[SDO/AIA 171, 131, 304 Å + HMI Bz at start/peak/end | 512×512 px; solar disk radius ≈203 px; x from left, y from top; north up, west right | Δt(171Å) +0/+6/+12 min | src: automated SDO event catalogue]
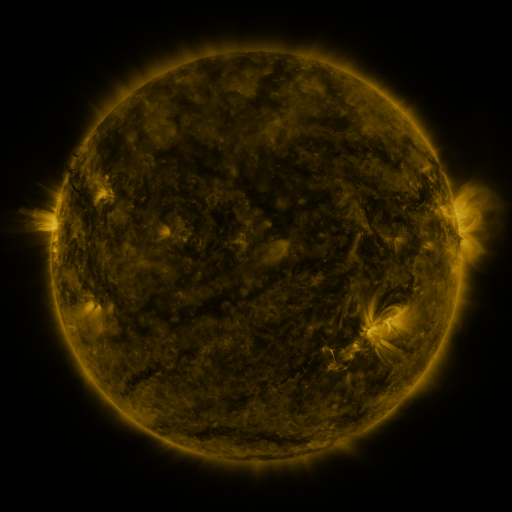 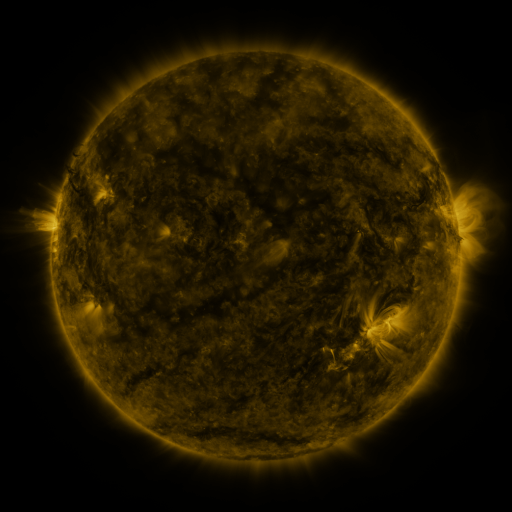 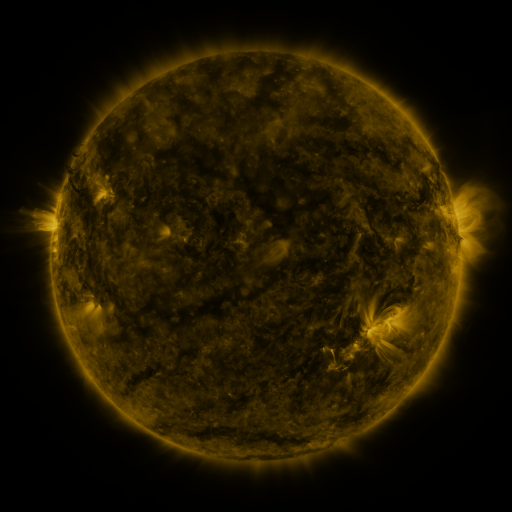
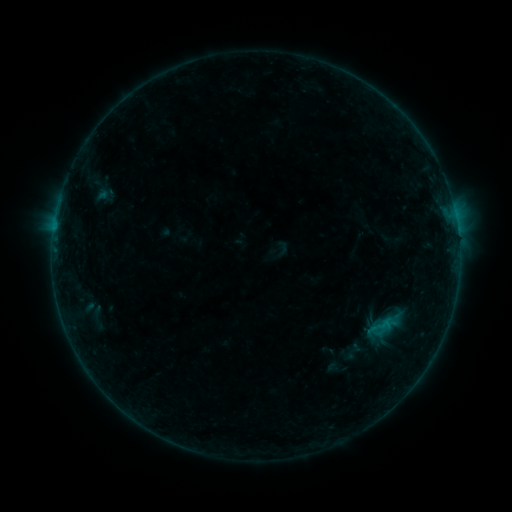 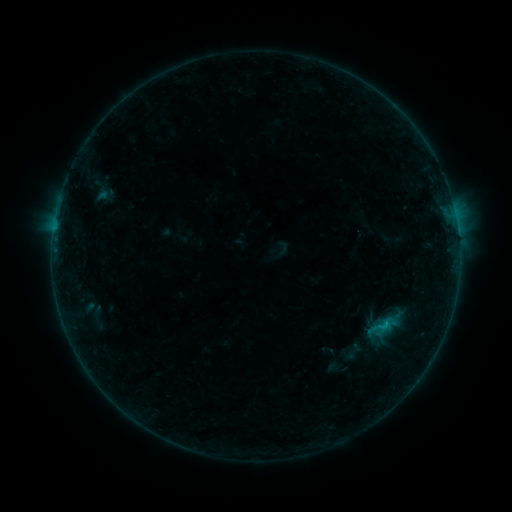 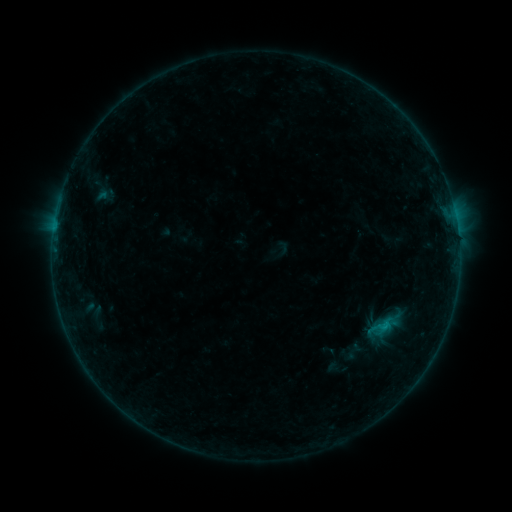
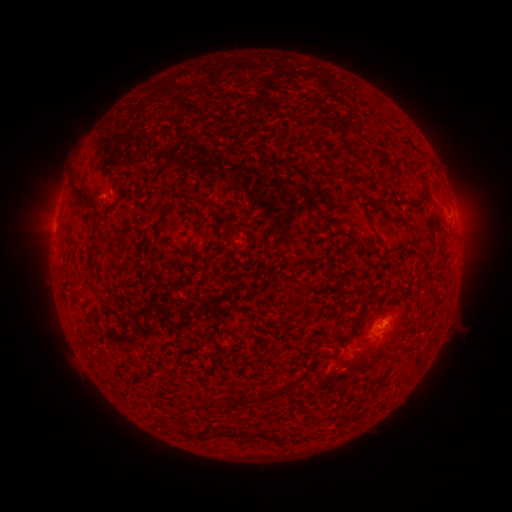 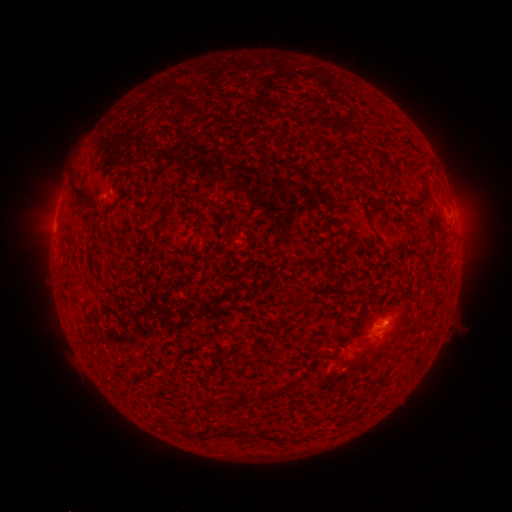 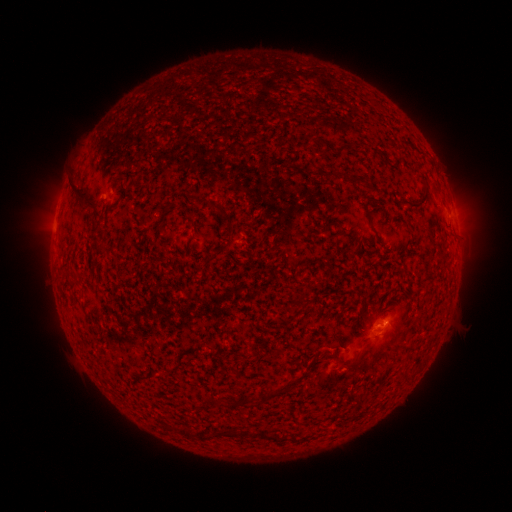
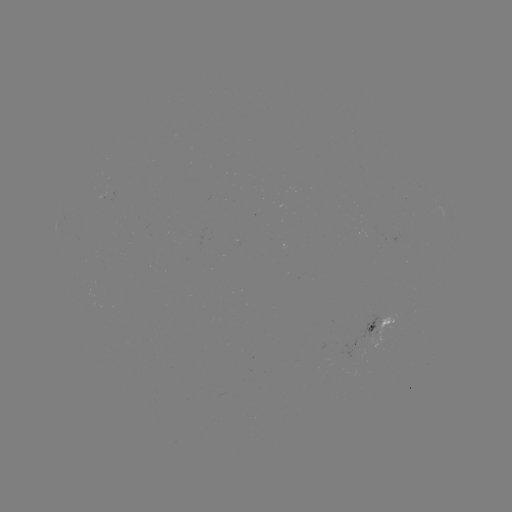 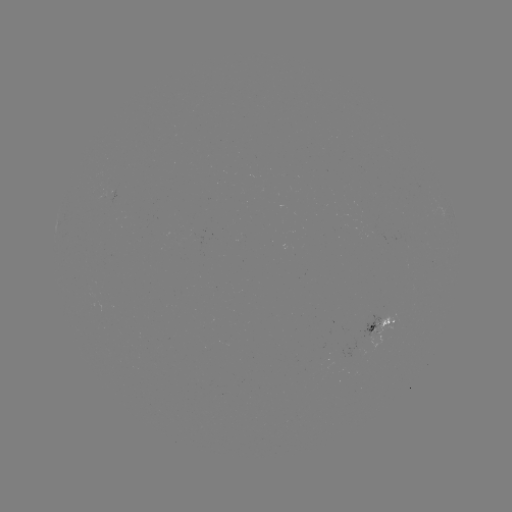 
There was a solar flare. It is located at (383, 323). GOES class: B4.1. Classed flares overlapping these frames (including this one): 1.